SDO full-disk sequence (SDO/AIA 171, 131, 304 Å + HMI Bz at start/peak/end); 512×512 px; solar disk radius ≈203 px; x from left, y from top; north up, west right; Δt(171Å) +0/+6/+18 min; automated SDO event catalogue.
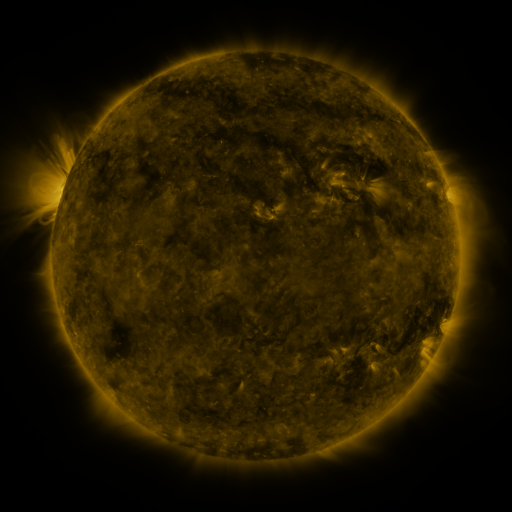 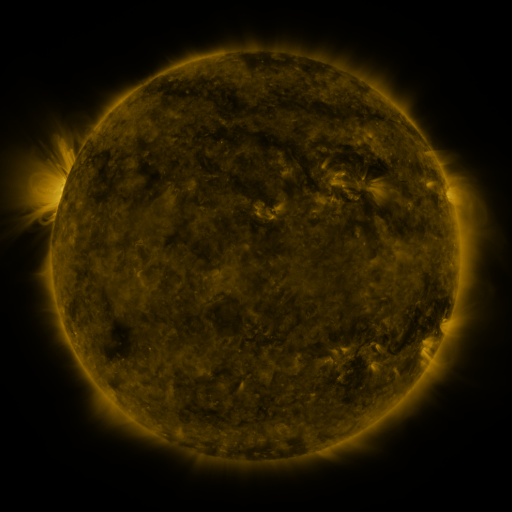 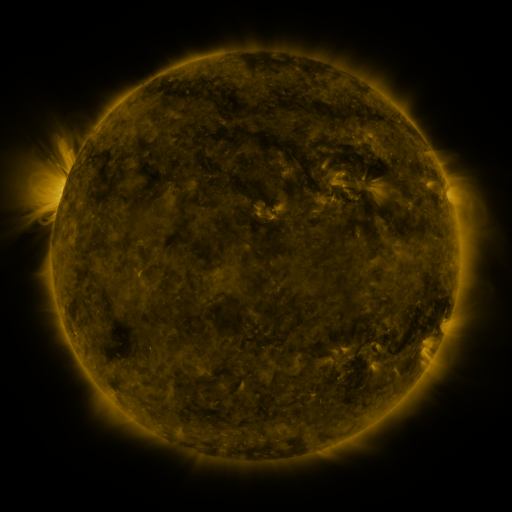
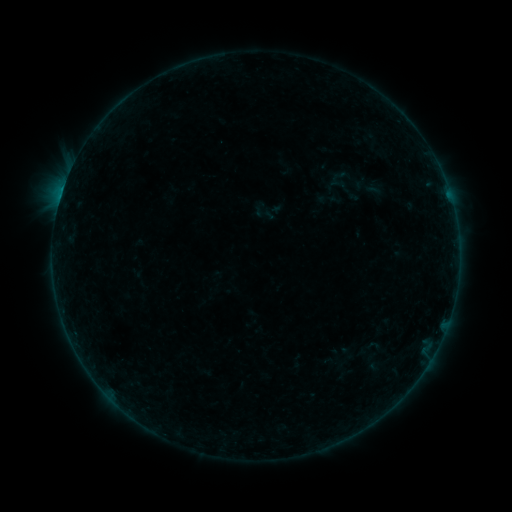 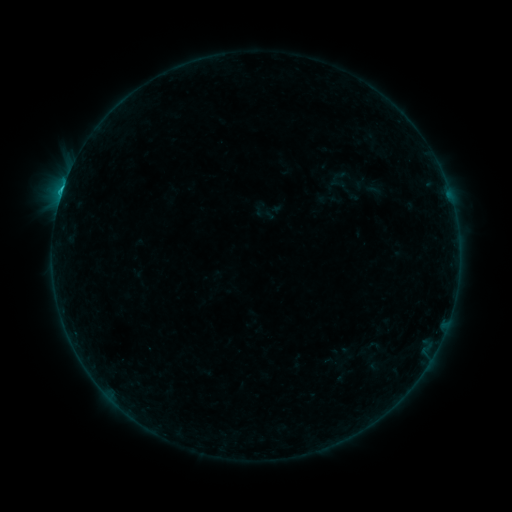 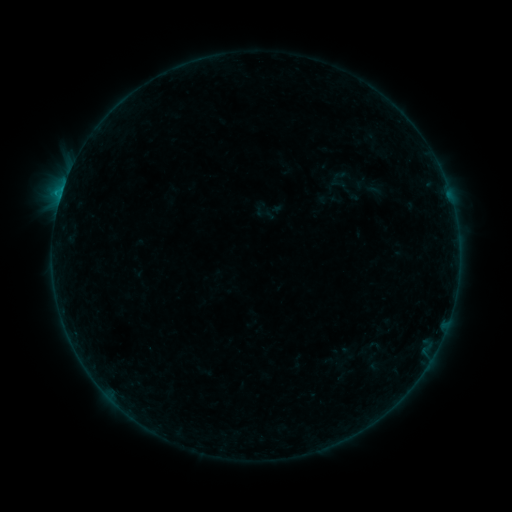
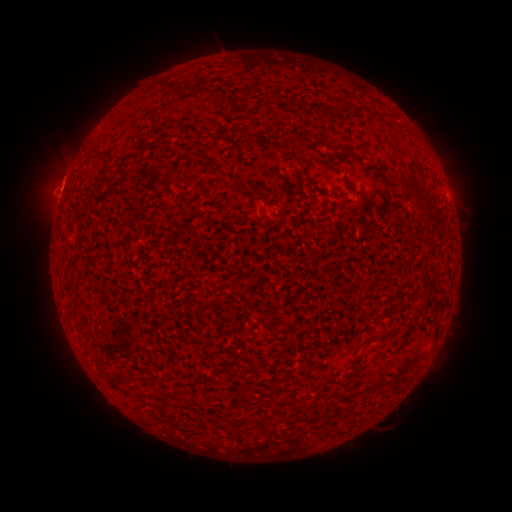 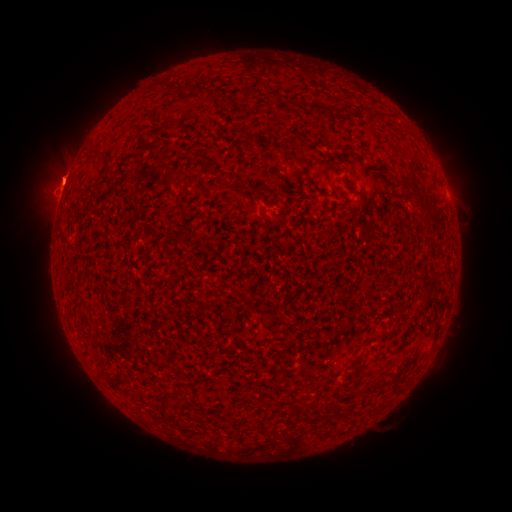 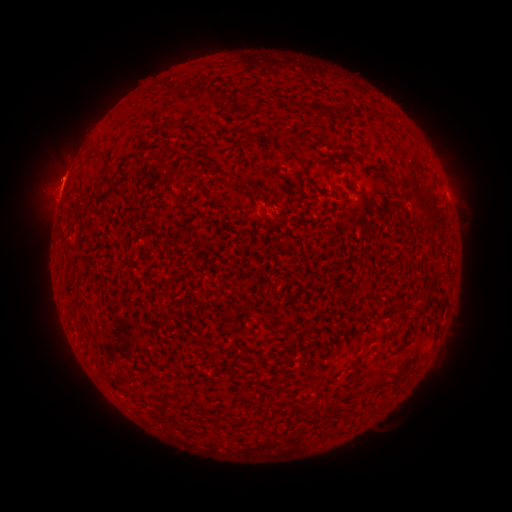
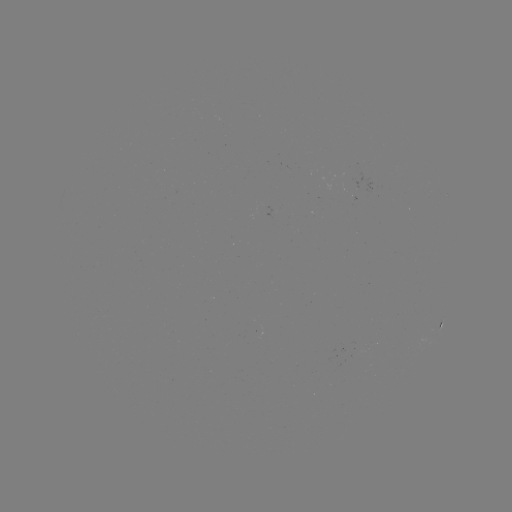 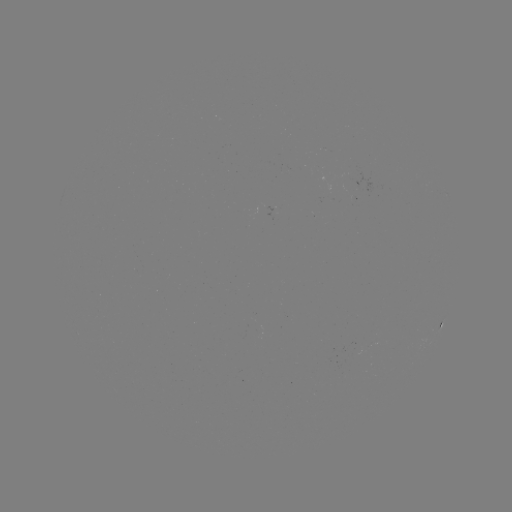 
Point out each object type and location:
eruption: (51, 169)
